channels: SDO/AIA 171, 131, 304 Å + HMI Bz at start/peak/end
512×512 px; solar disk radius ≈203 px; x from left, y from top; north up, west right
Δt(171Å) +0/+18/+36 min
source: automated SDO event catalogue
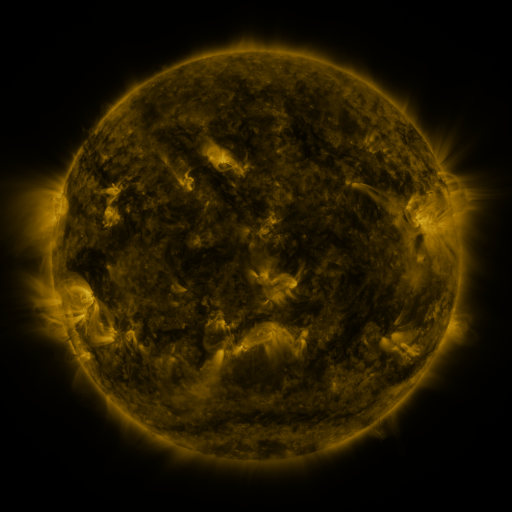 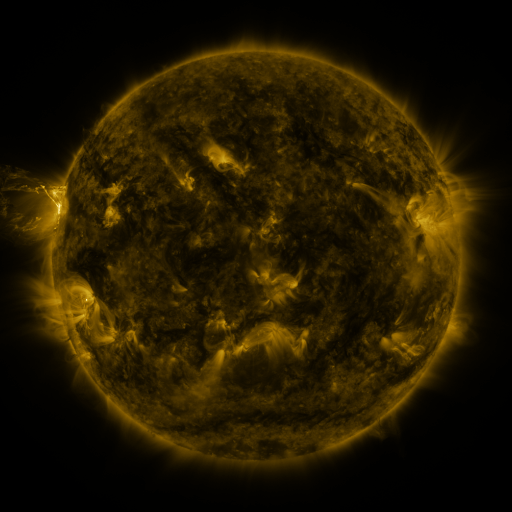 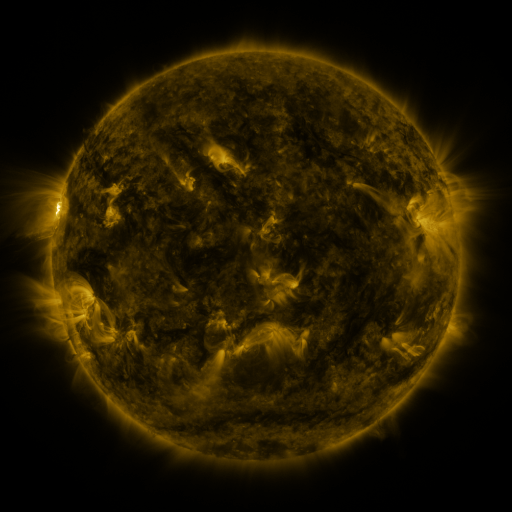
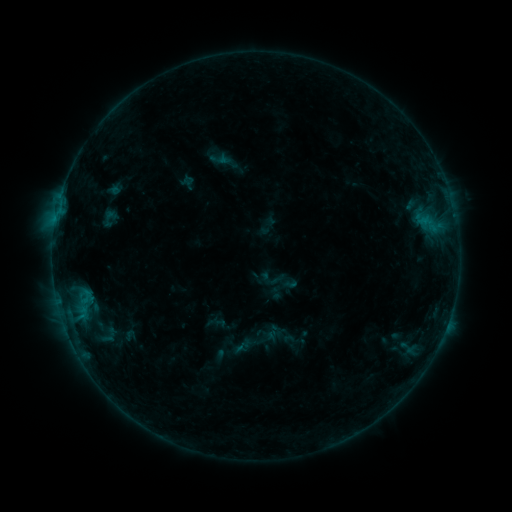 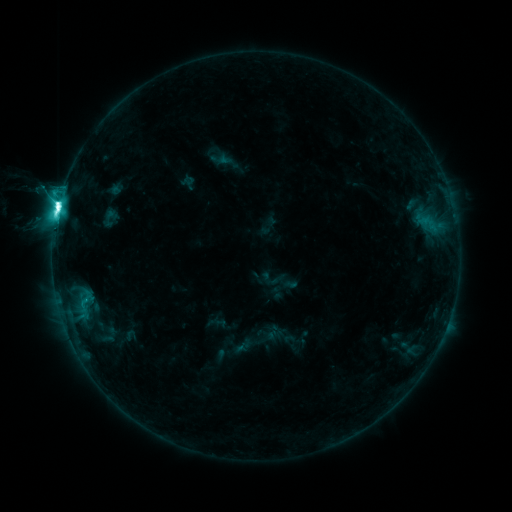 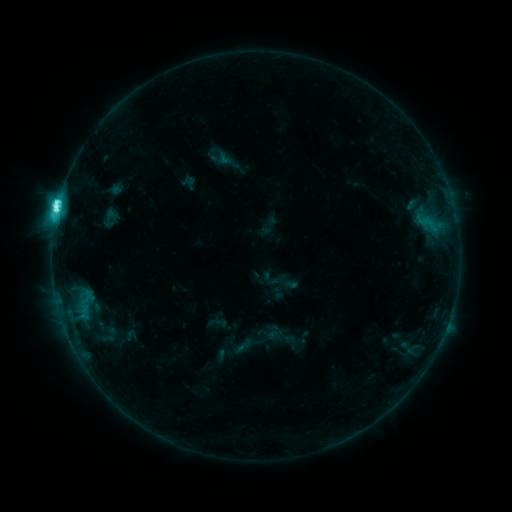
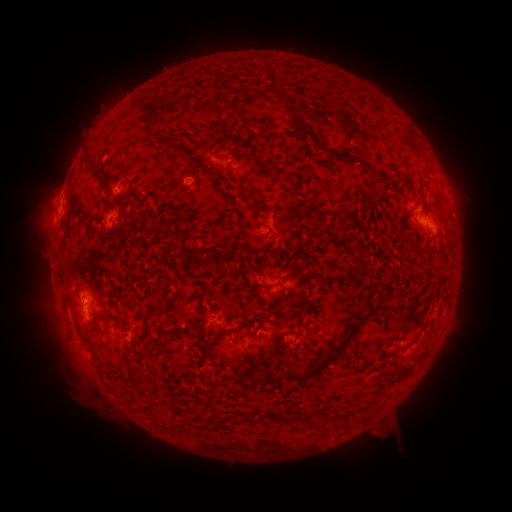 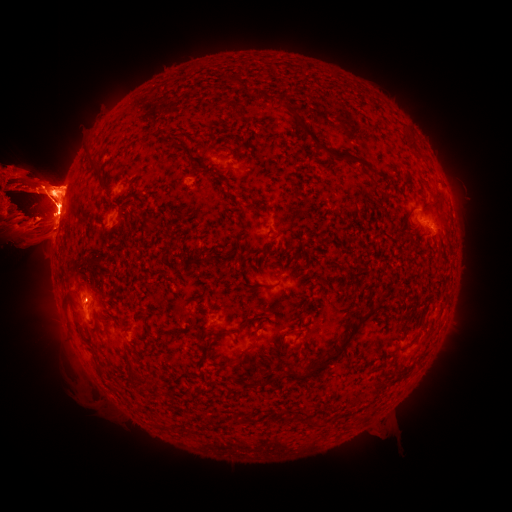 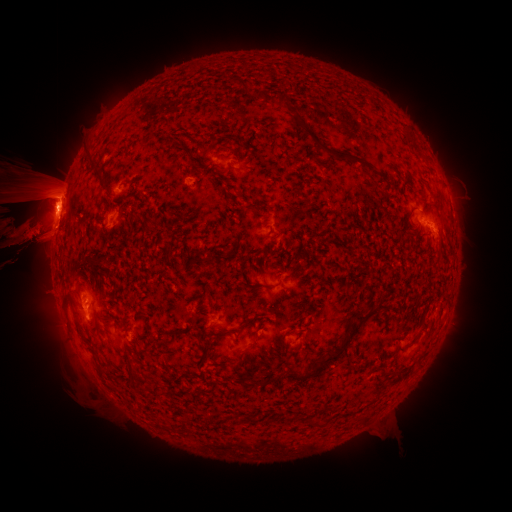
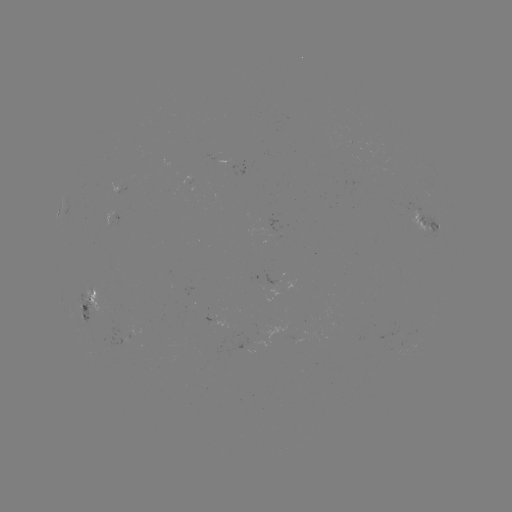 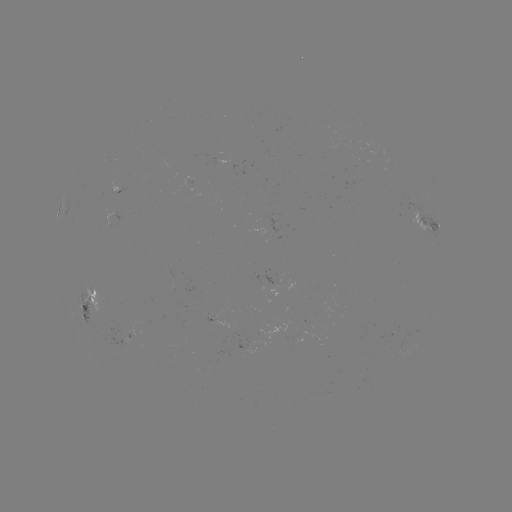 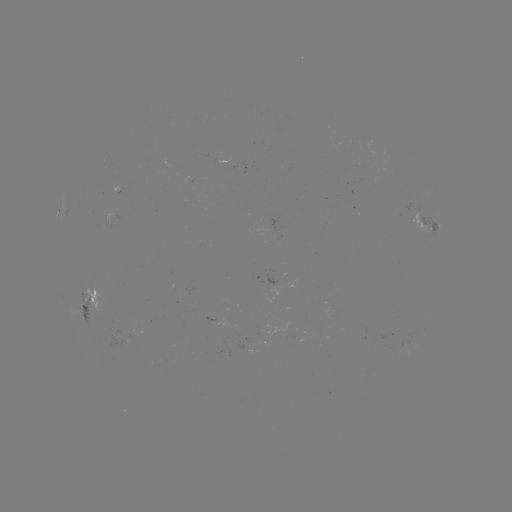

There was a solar flare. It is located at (59, 206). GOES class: M1.7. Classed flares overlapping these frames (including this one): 1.